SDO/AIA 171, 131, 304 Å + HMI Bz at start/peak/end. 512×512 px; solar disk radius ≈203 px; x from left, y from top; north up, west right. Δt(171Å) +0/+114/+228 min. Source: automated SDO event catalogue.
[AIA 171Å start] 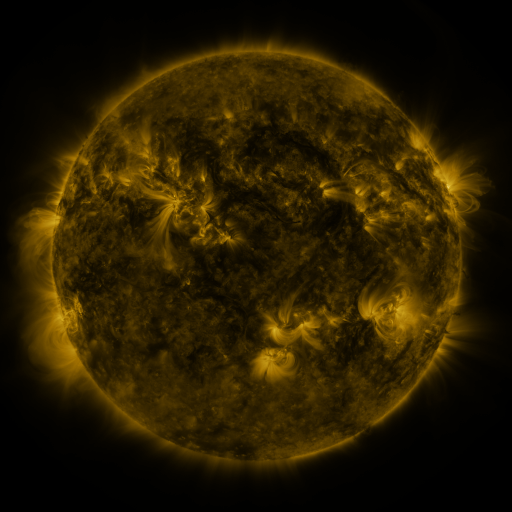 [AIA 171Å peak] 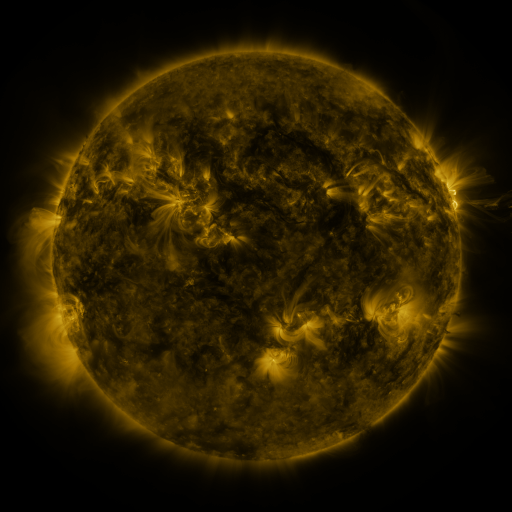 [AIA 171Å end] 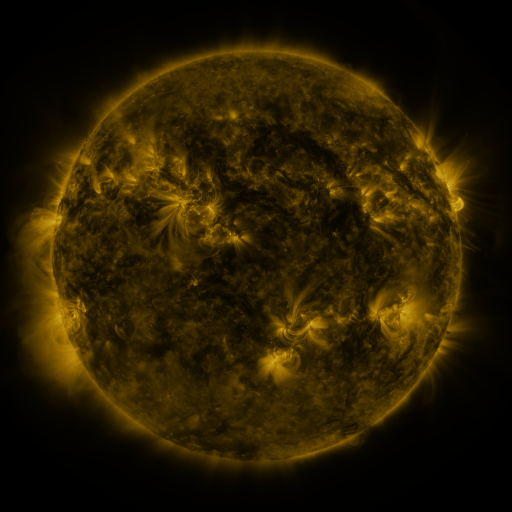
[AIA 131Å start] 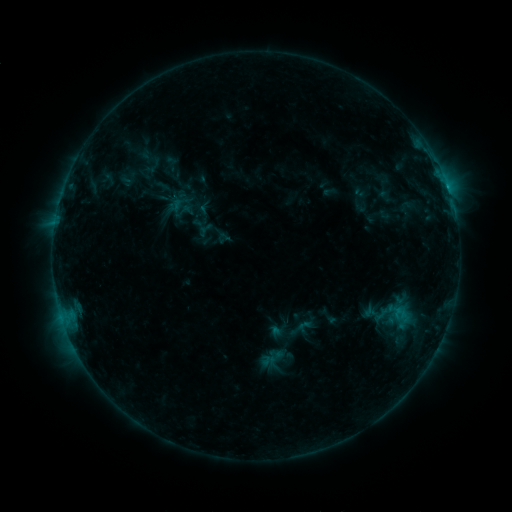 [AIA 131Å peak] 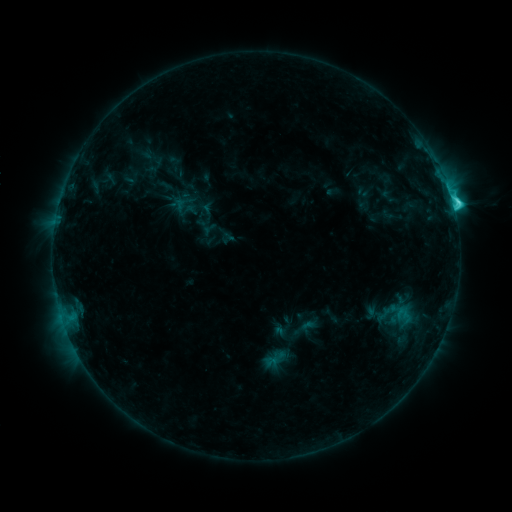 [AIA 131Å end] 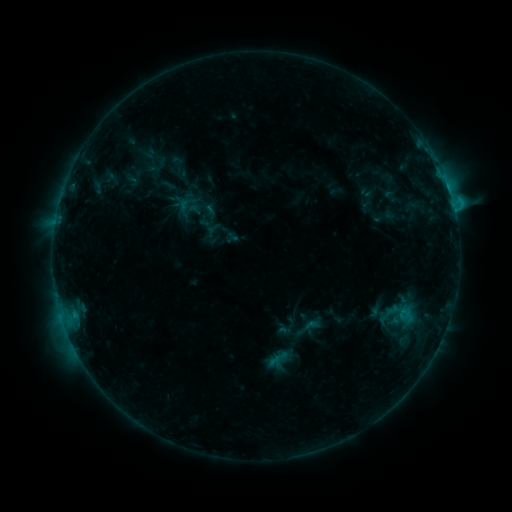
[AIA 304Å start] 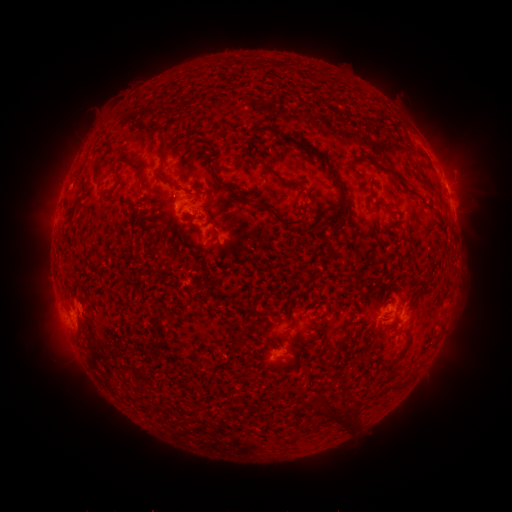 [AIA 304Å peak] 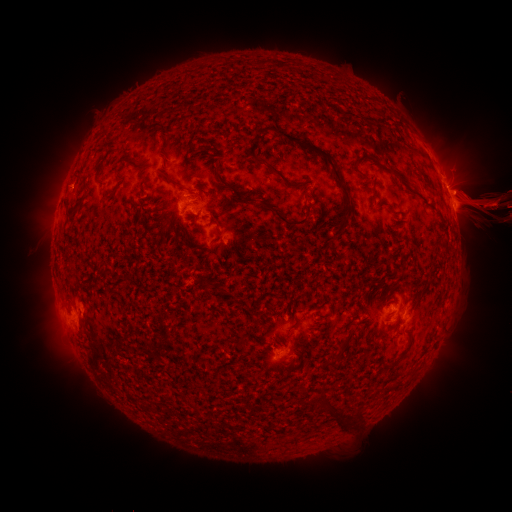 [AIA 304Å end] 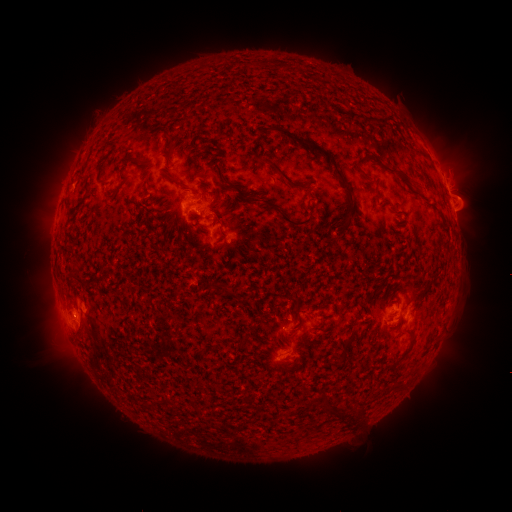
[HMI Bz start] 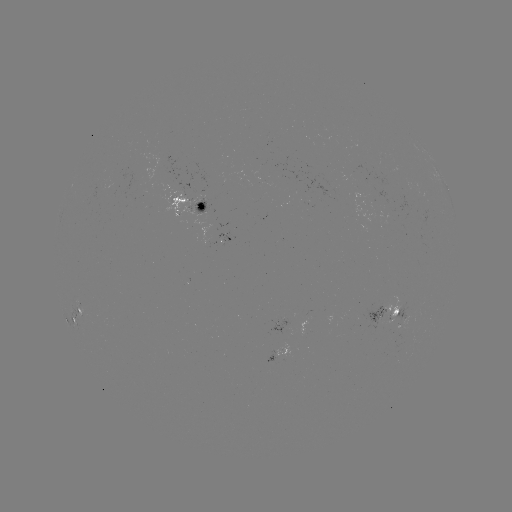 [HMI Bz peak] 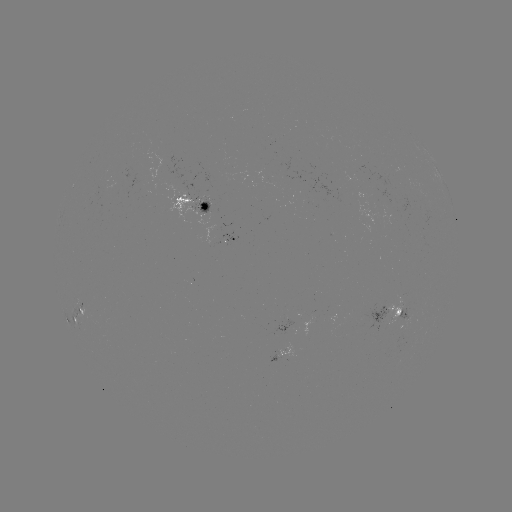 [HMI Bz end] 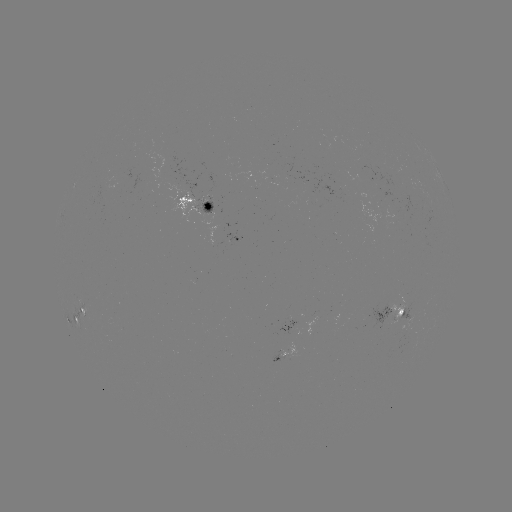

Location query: filament eruption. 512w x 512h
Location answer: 453,189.